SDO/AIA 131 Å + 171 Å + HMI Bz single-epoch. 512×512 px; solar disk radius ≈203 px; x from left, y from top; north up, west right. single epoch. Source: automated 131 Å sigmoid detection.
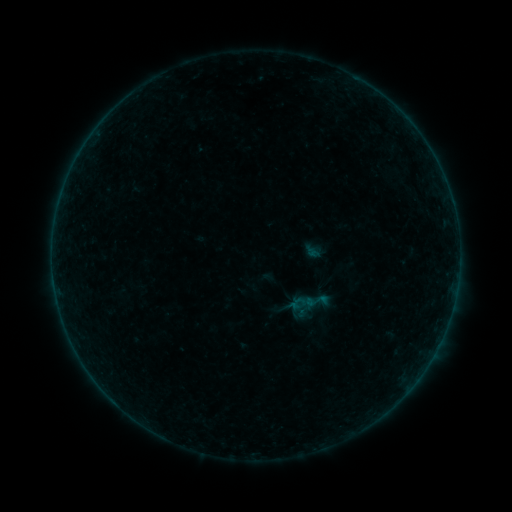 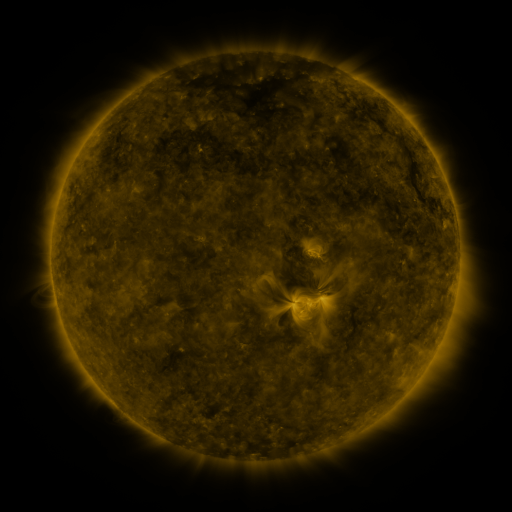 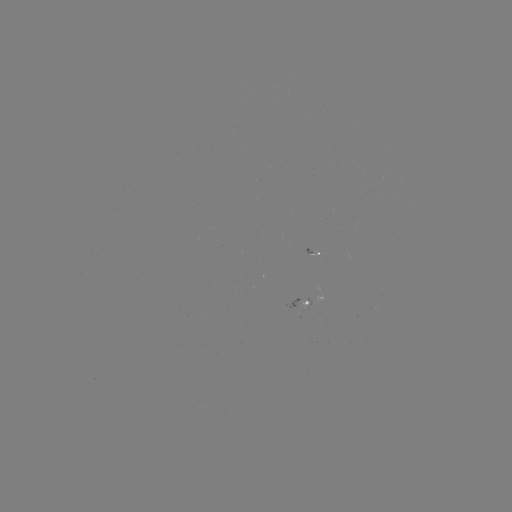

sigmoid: <bbox>304, 289, 329, 313</bbox>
